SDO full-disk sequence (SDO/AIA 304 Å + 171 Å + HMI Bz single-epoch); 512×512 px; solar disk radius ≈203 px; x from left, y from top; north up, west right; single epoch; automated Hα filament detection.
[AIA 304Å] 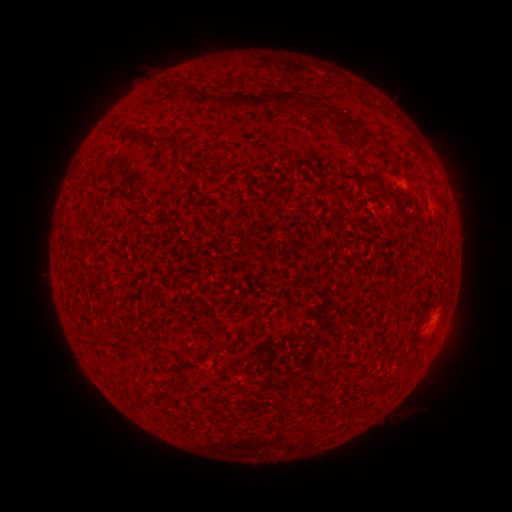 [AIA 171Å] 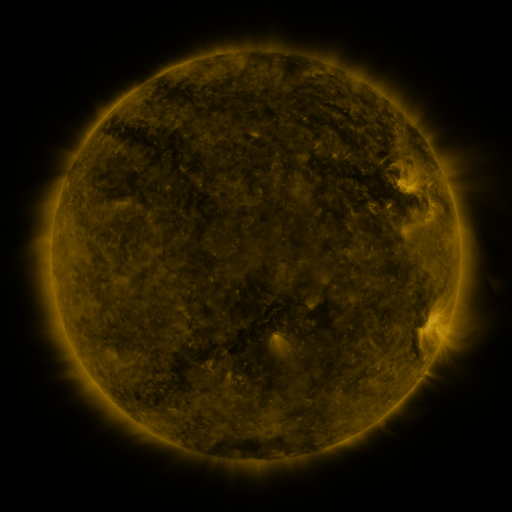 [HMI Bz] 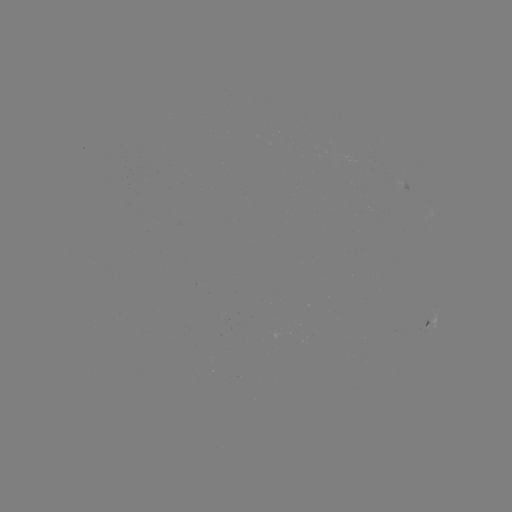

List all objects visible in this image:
filament: <bbox>222, 93, 271, 111</bbox>
filament: <bbox>337, 120, 350, 131</bbox>
filament: <bbox>145, 134, 158, 143</bbox>
filament: <bbox>159, 135, 184, 152</bbox>
filament: <bbox>385, 290, 403, 300</bbox>
filament: <bbox>238, 319, 262, 339</bbox>
